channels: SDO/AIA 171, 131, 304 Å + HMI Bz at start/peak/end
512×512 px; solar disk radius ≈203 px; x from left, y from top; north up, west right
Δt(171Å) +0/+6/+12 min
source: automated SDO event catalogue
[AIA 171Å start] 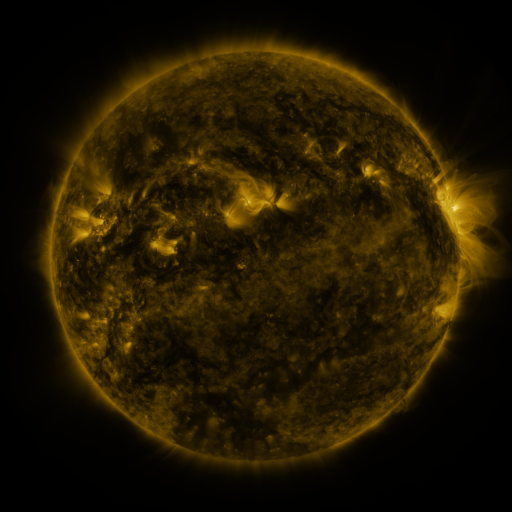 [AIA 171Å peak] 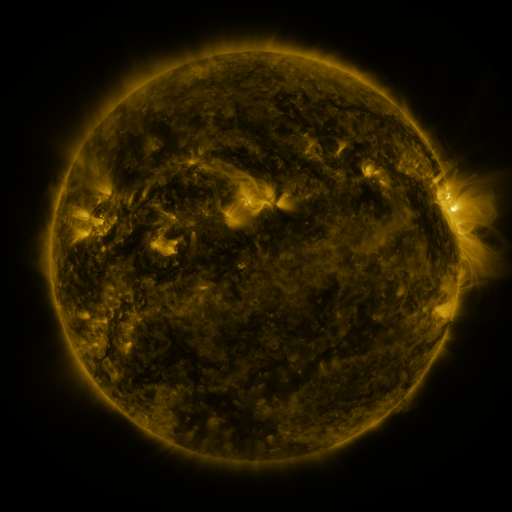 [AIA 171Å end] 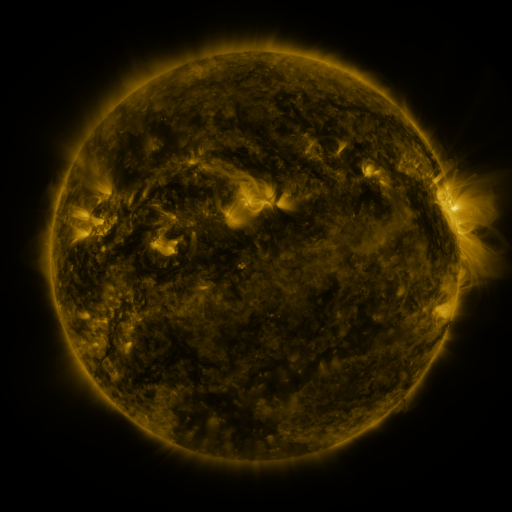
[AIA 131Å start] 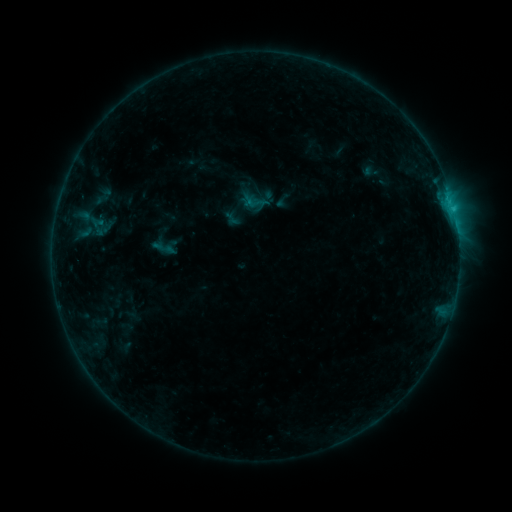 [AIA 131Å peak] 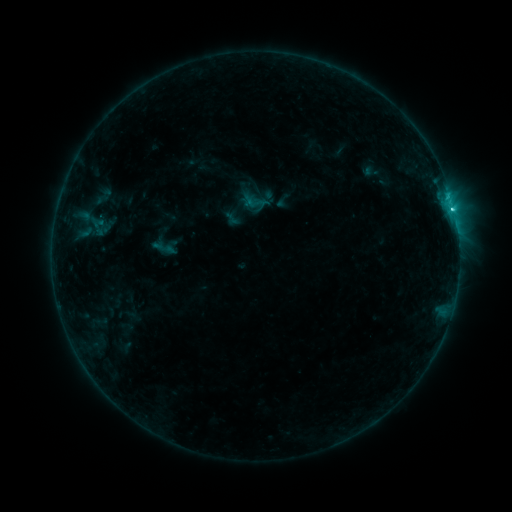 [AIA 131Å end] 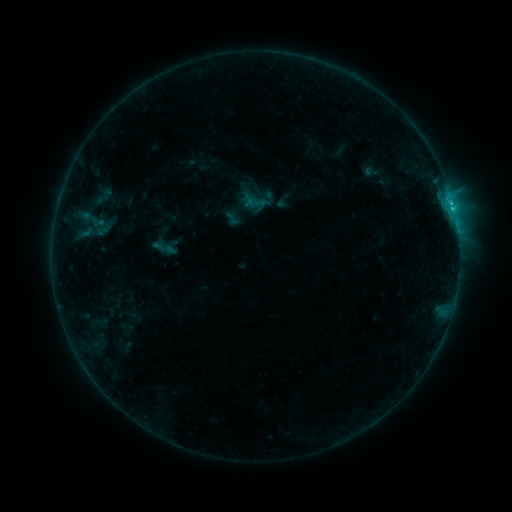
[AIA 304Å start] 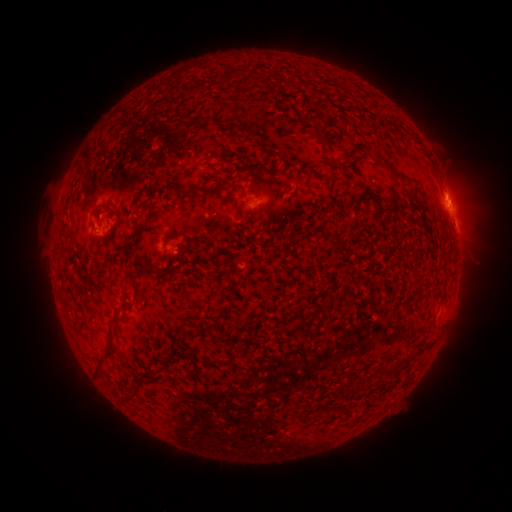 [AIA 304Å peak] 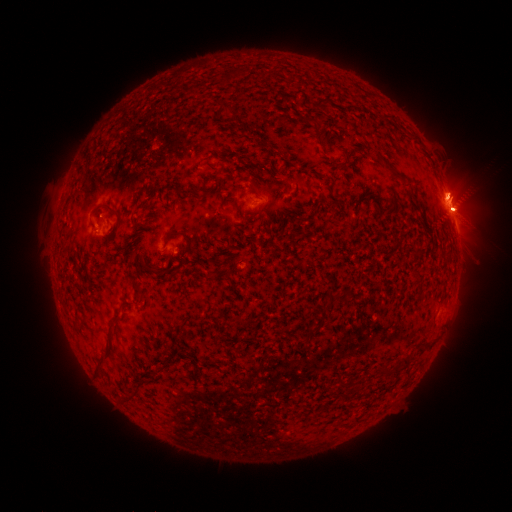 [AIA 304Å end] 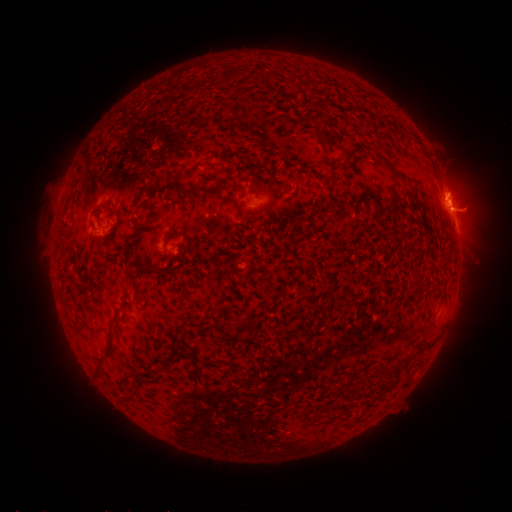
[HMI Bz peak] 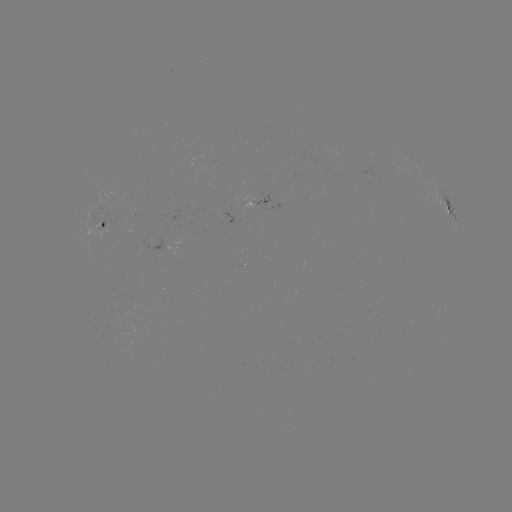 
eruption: (410, 160, 495, 245)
